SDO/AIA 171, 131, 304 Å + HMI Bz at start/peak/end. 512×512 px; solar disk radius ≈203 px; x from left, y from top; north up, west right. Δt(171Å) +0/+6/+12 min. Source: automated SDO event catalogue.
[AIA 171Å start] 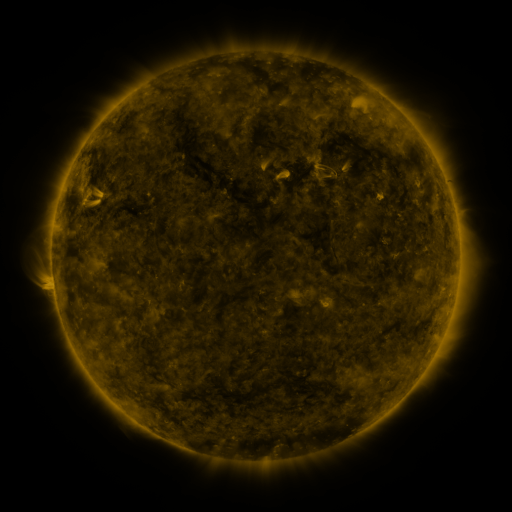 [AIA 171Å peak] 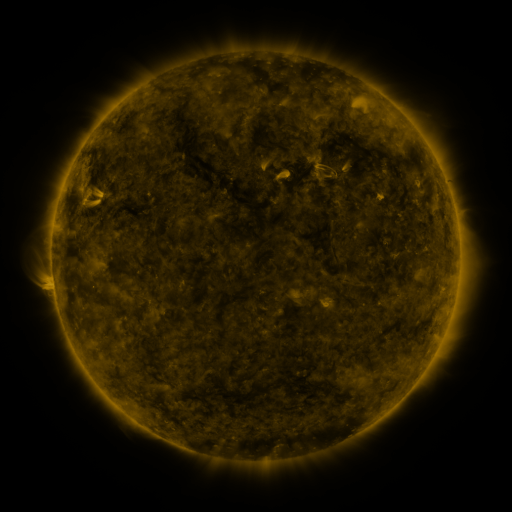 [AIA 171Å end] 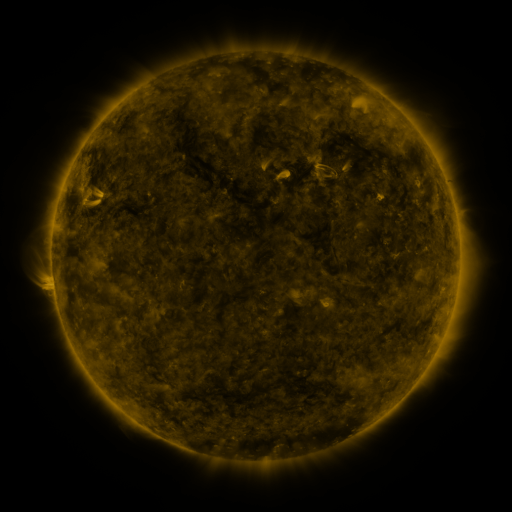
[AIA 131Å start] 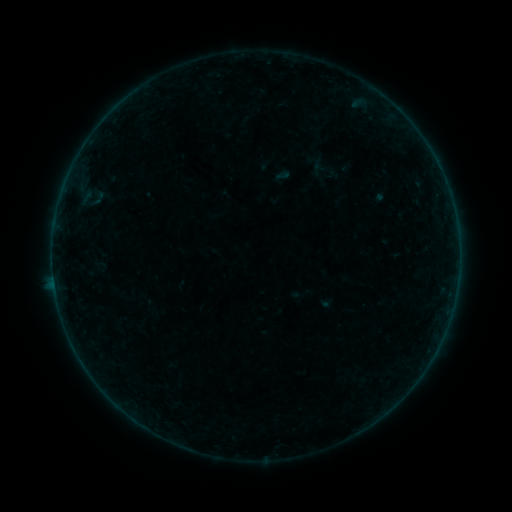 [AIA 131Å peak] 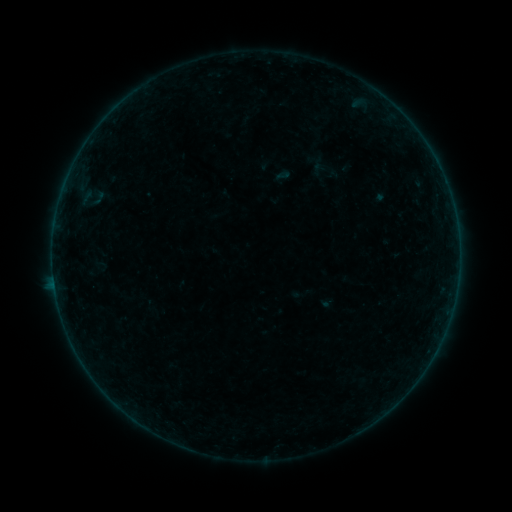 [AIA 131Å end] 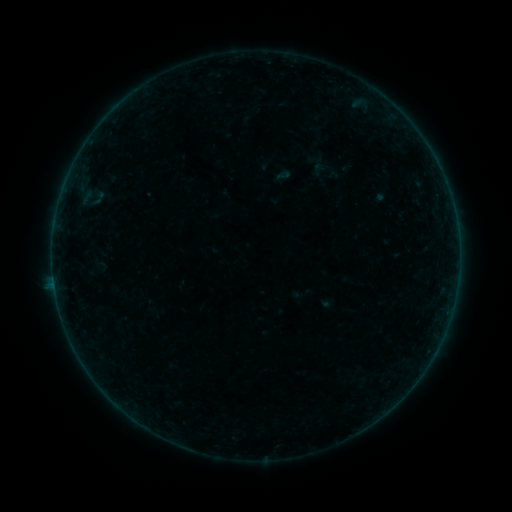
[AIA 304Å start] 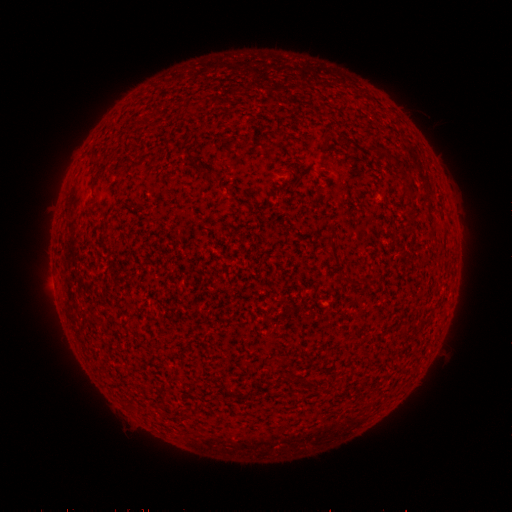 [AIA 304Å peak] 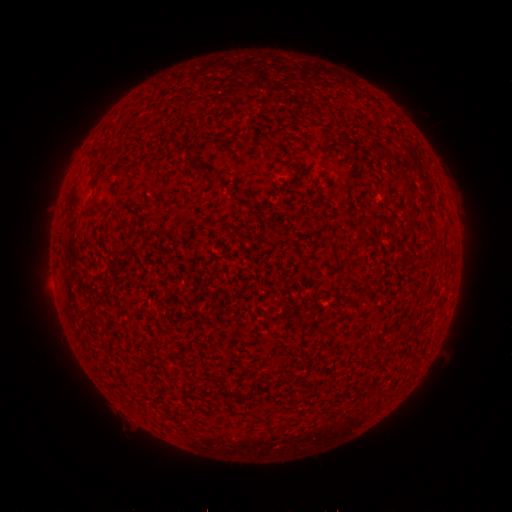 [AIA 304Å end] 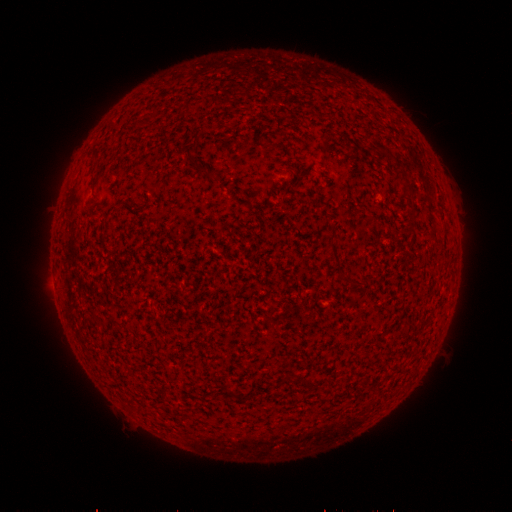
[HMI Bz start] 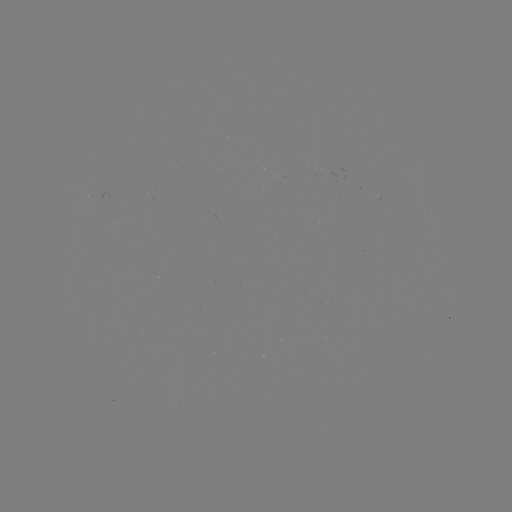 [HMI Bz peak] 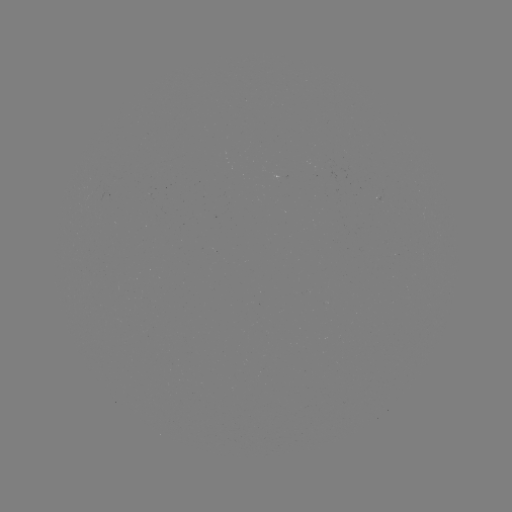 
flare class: B2.5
